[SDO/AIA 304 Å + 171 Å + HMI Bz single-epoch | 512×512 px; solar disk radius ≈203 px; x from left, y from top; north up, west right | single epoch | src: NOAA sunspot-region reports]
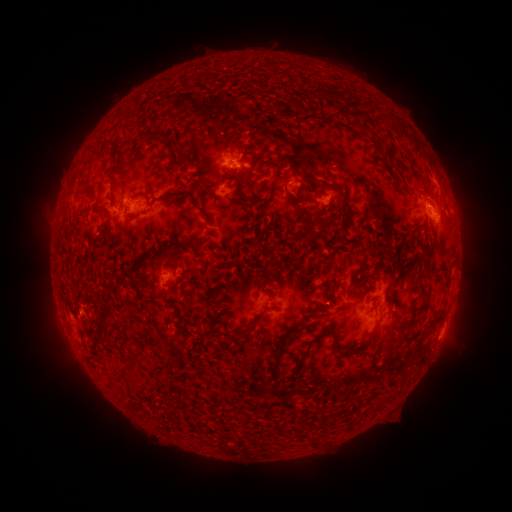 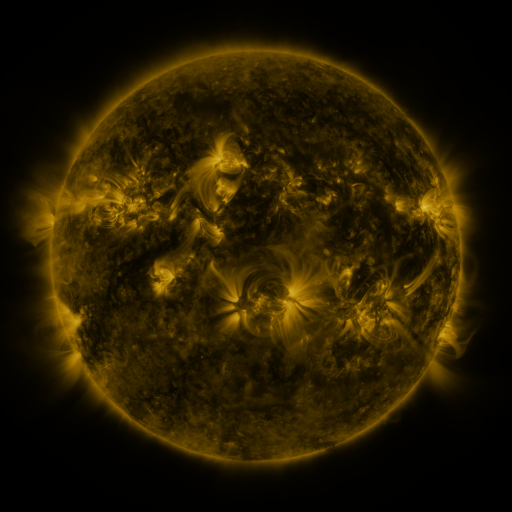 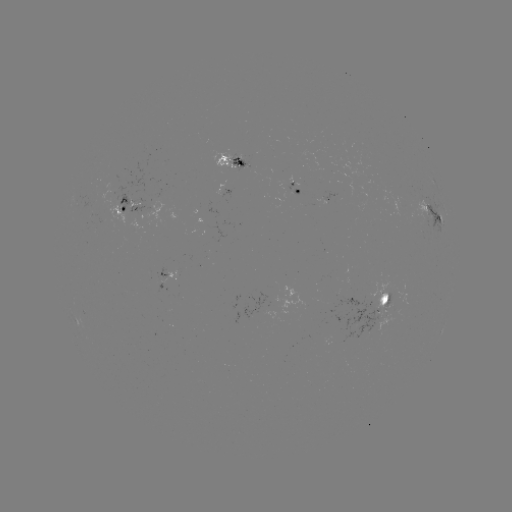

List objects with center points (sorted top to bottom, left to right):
spotted active region: (232, 160)
spotted active region: (297, 186)
spotted active region: (327, 201)
spotted active region: (128, 214)
spotted active region: (431, 214)
spotted active region: (181, 278)
spotted active region: (387, 296)
spotted active region: (285, 305)
